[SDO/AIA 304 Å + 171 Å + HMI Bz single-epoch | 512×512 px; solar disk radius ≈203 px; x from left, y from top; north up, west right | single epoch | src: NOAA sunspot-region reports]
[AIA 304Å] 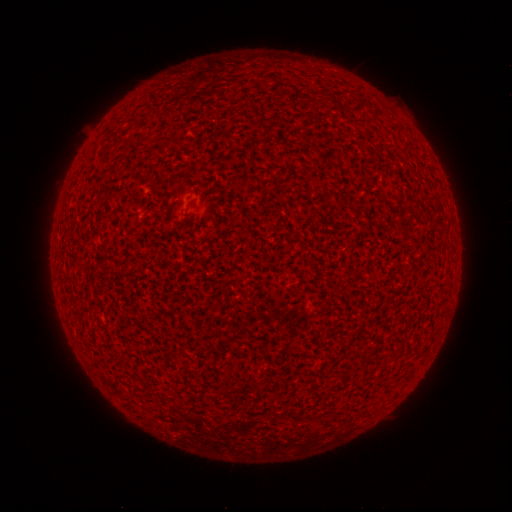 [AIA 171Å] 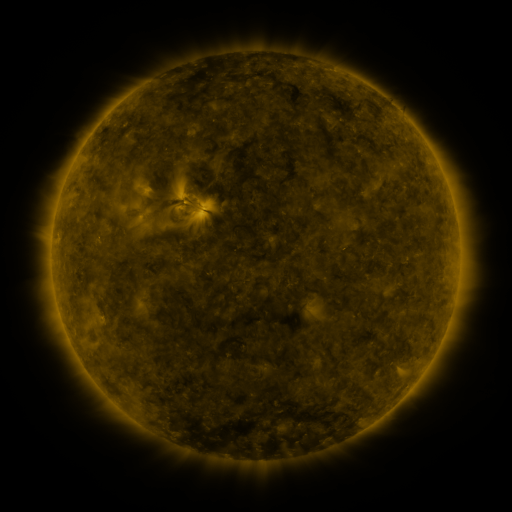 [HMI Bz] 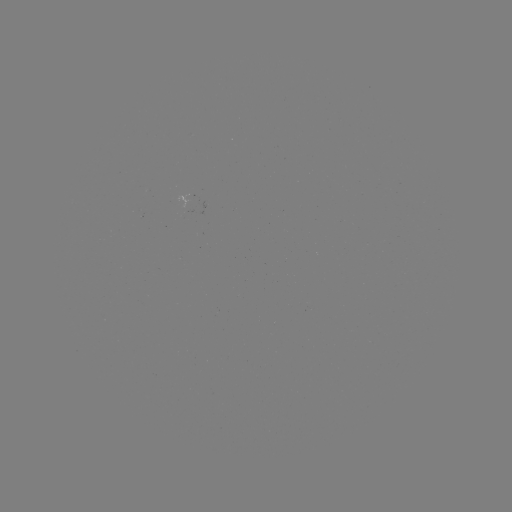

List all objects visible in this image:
(none)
